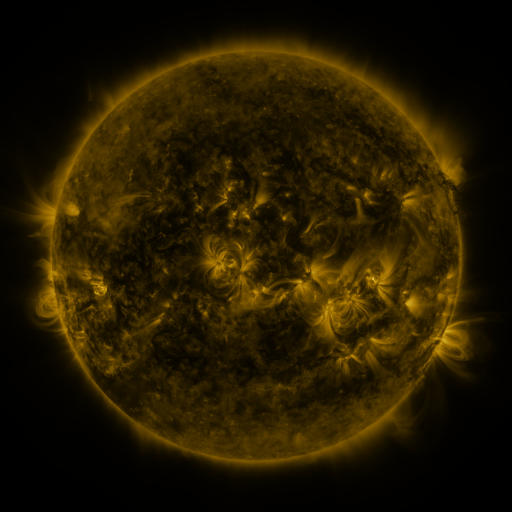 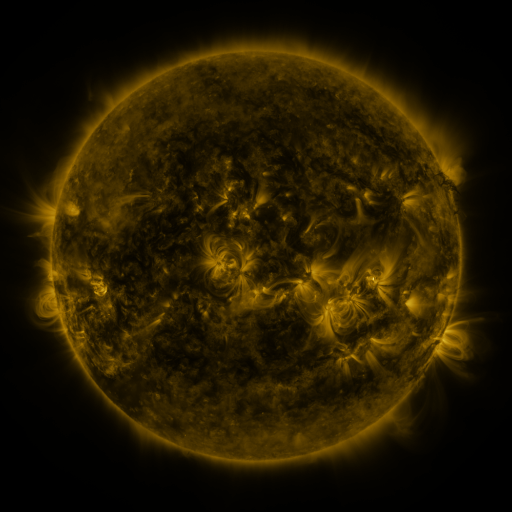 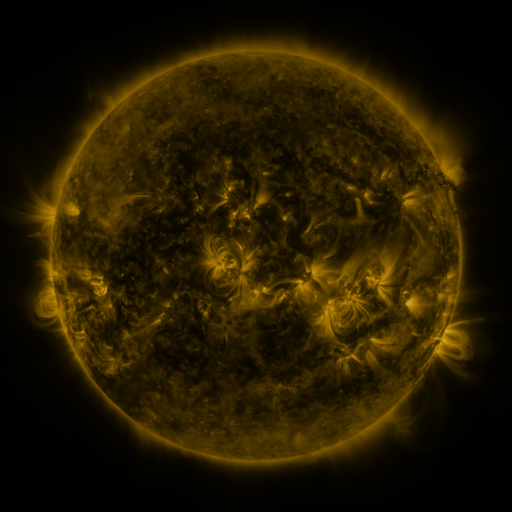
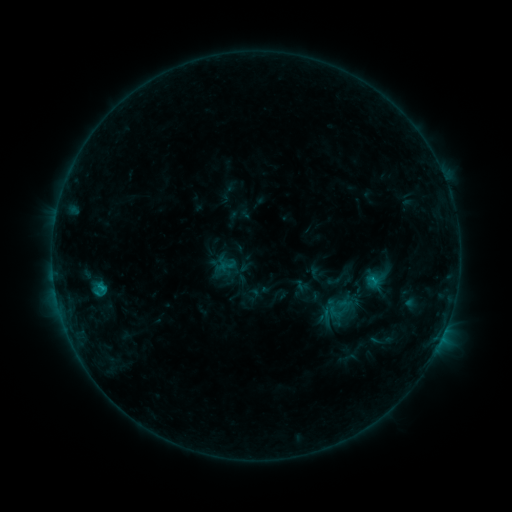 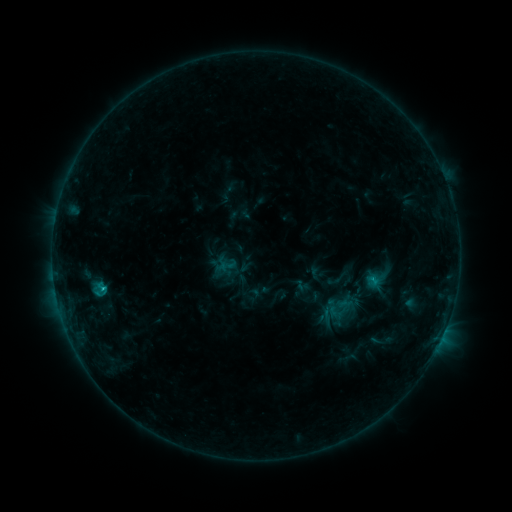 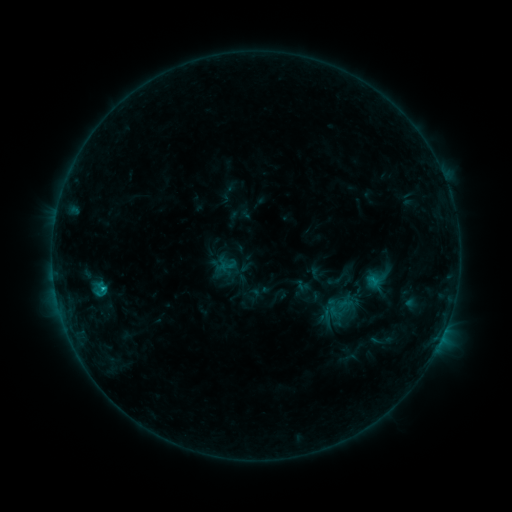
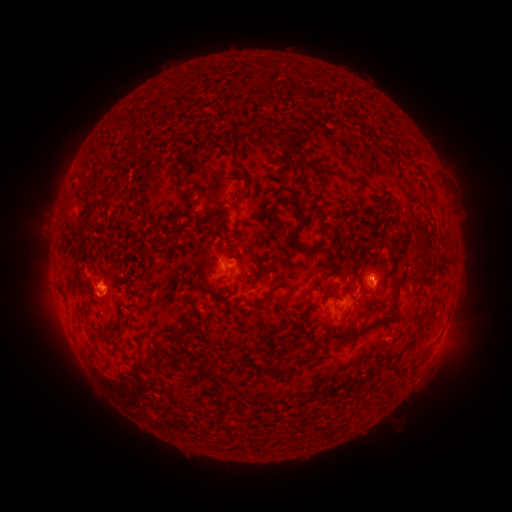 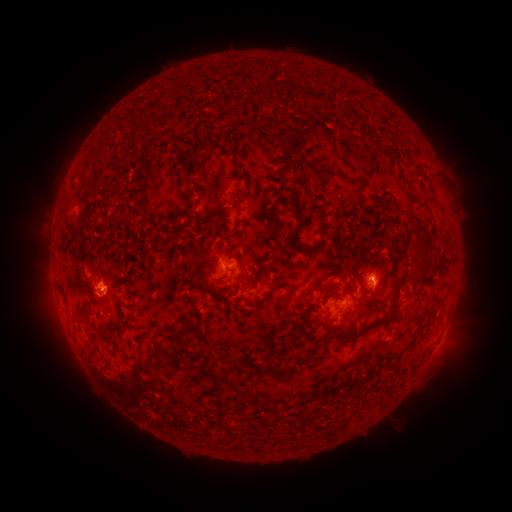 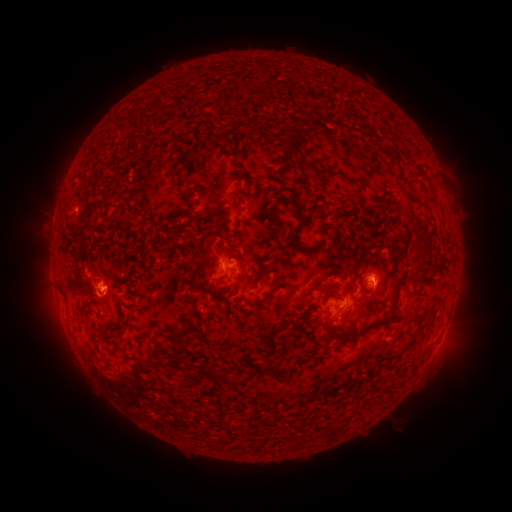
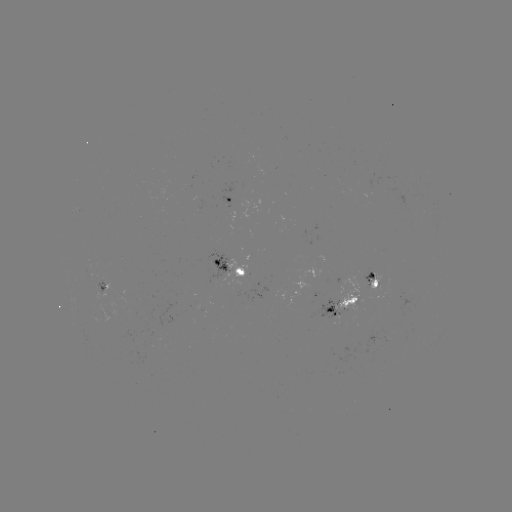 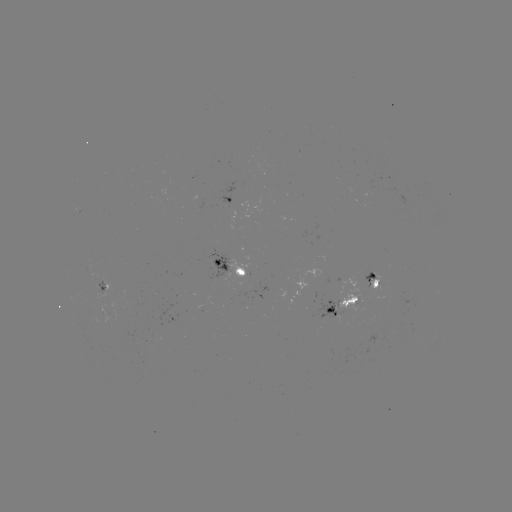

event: flare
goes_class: C1.0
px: (105, 285)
